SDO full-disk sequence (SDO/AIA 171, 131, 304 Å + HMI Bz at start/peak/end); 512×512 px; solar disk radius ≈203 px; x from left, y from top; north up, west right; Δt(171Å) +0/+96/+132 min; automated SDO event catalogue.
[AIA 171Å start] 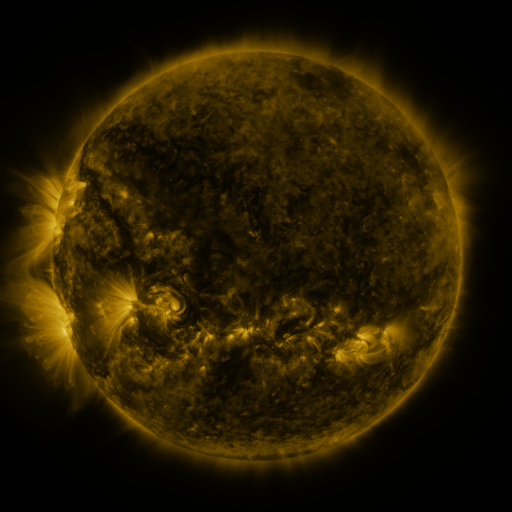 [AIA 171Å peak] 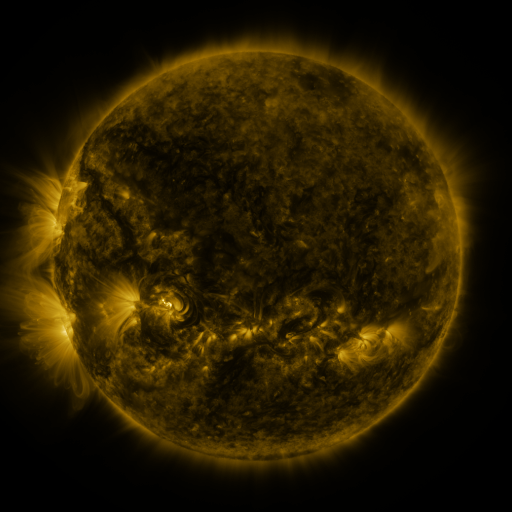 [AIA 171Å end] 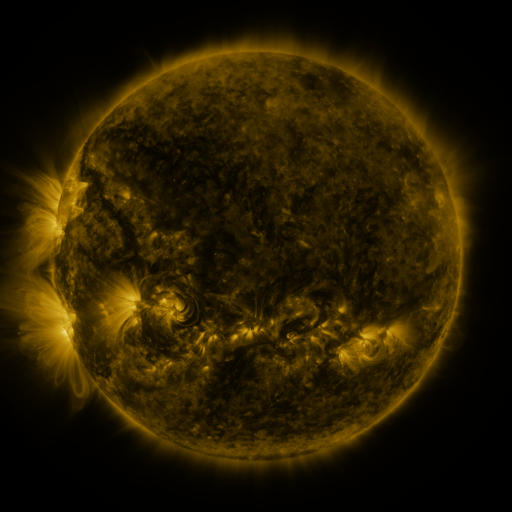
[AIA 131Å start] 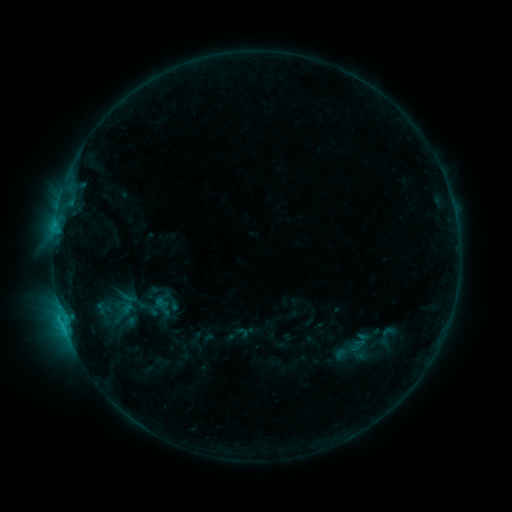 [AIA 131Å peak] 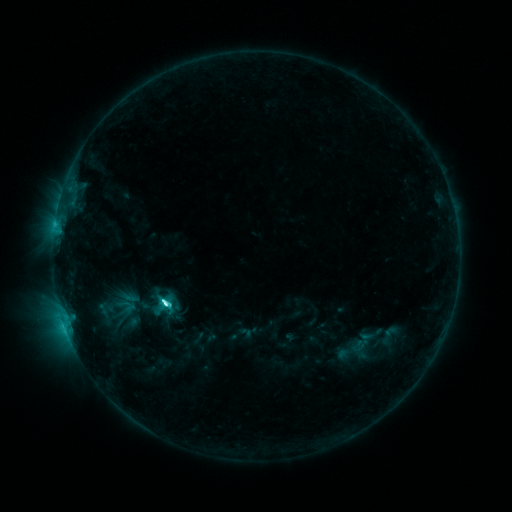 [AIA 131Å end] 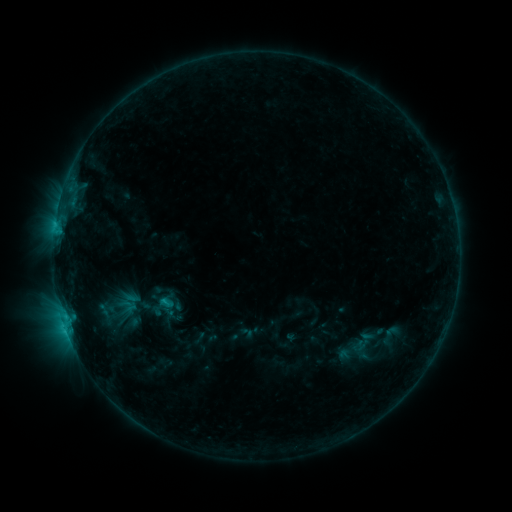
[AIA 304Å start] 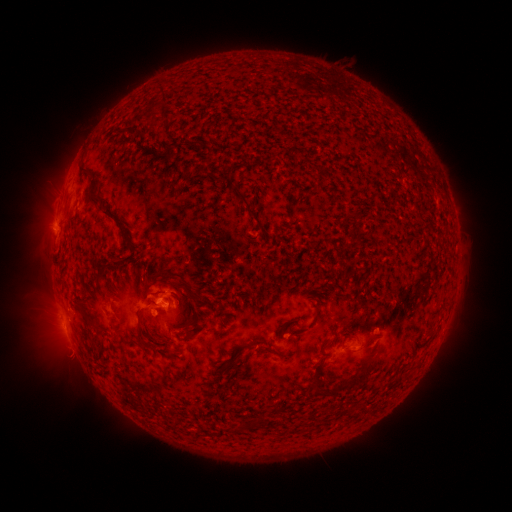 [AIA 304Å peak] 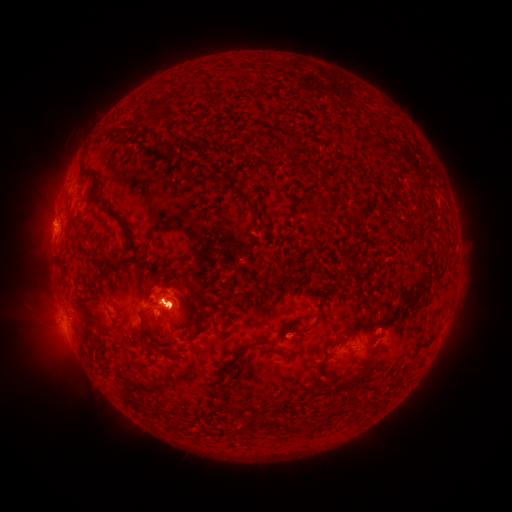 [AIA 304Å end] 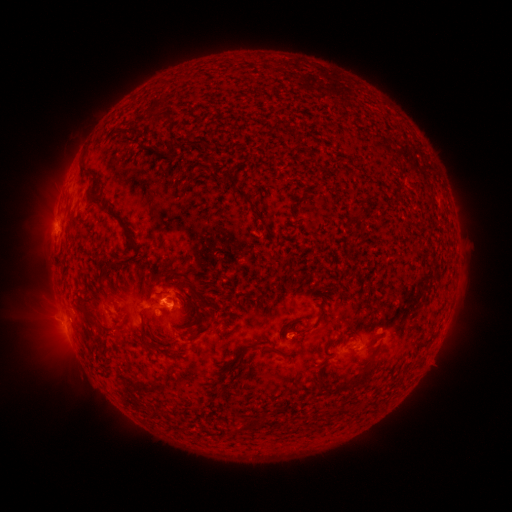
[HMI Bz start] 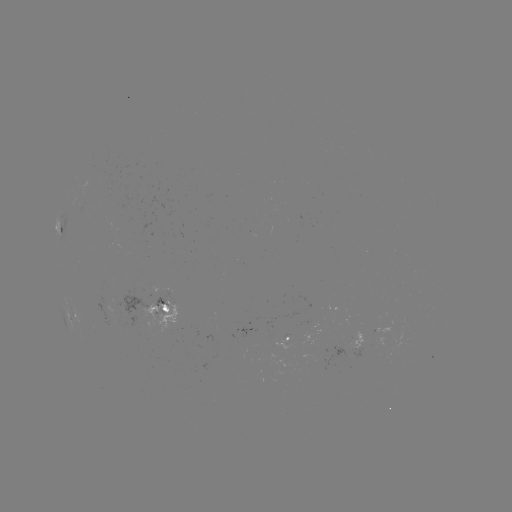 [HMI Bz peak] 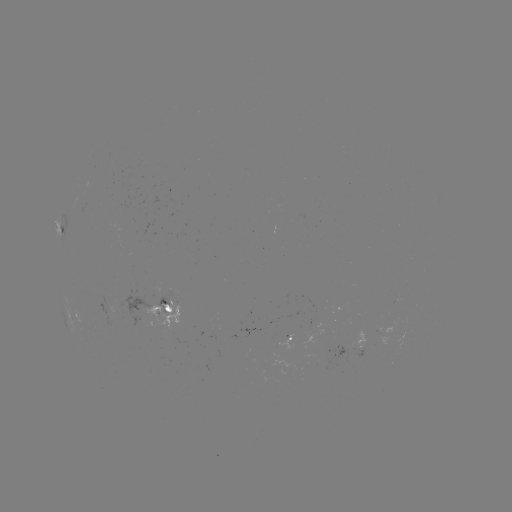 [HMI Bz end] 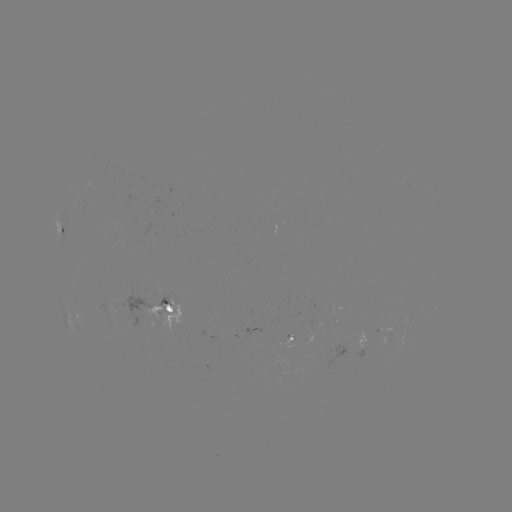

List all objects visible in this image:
emerging-flux region: (166, 295)
